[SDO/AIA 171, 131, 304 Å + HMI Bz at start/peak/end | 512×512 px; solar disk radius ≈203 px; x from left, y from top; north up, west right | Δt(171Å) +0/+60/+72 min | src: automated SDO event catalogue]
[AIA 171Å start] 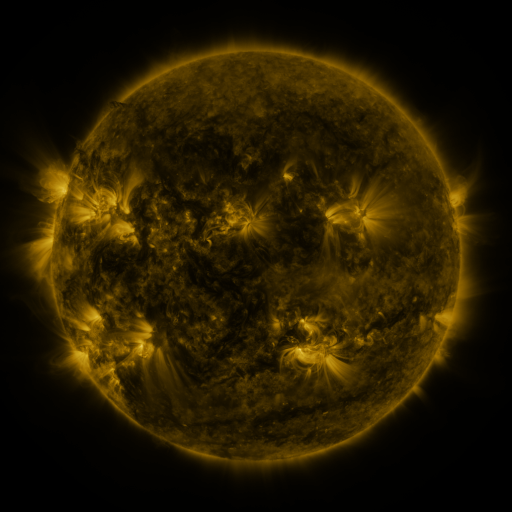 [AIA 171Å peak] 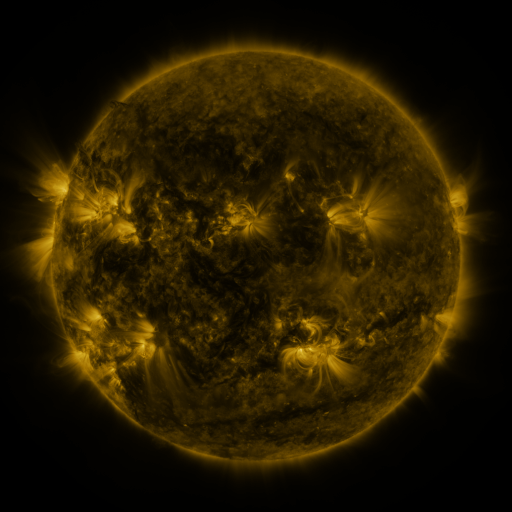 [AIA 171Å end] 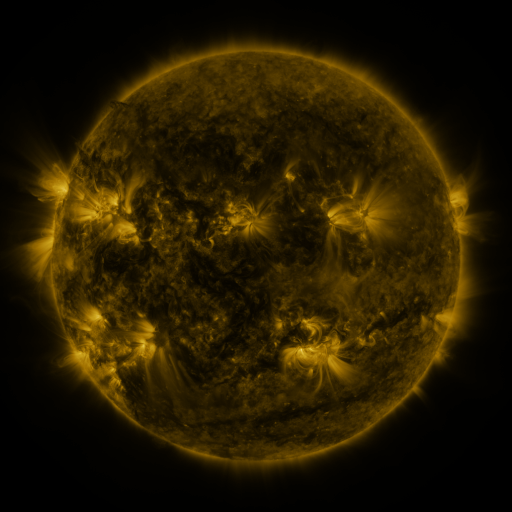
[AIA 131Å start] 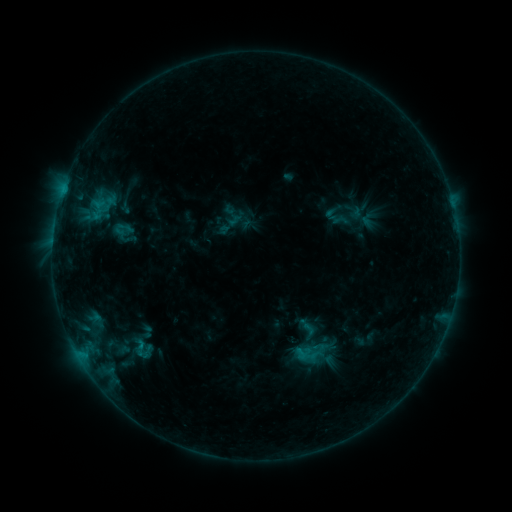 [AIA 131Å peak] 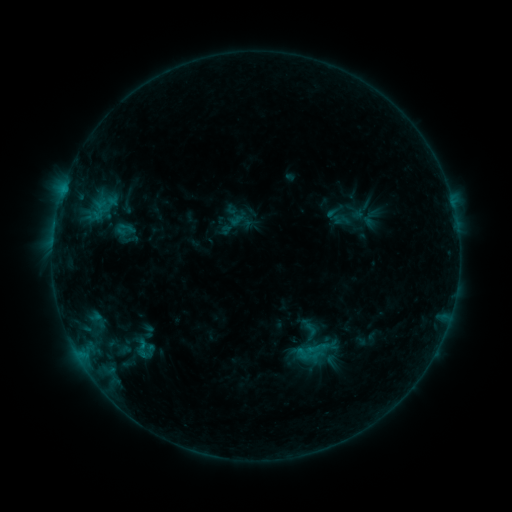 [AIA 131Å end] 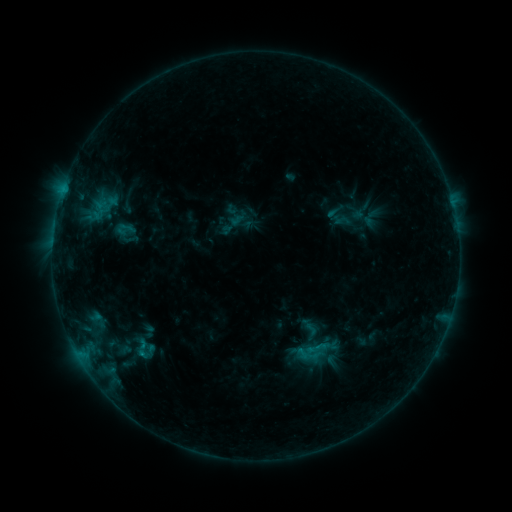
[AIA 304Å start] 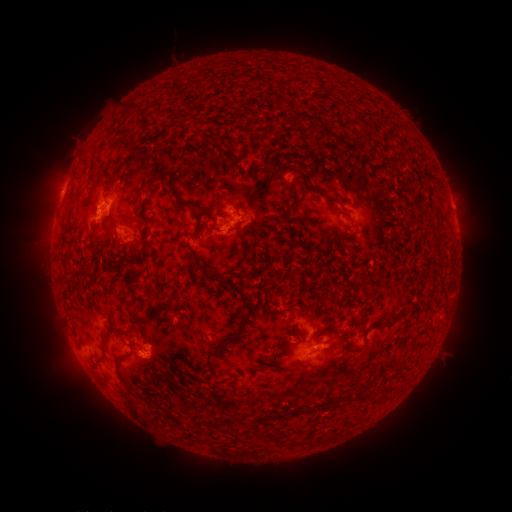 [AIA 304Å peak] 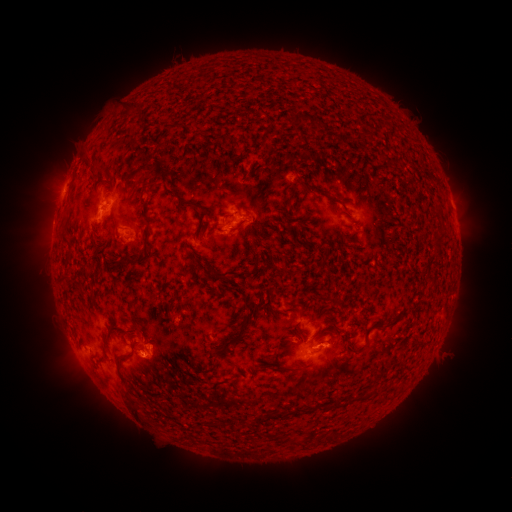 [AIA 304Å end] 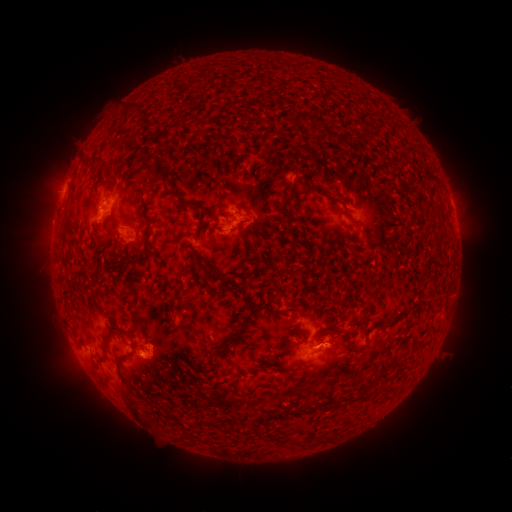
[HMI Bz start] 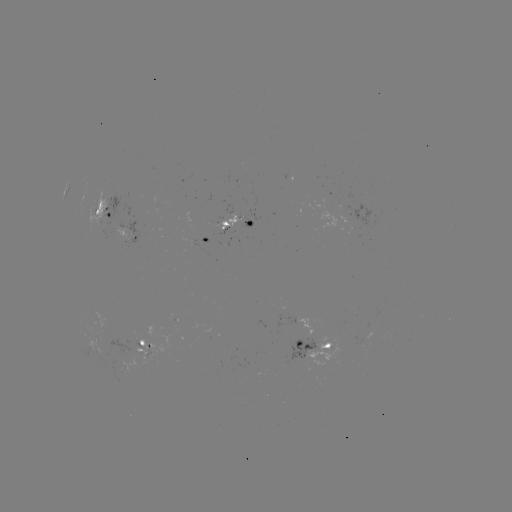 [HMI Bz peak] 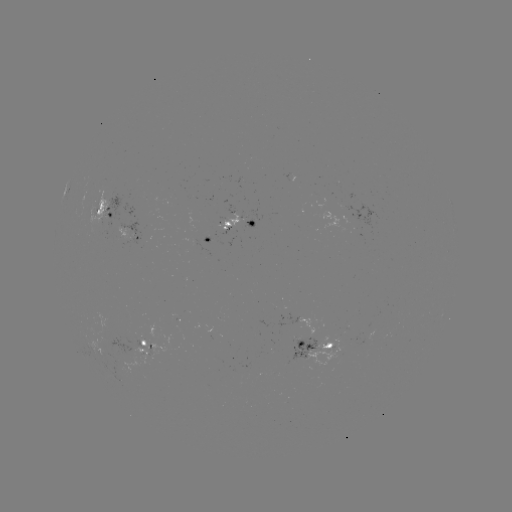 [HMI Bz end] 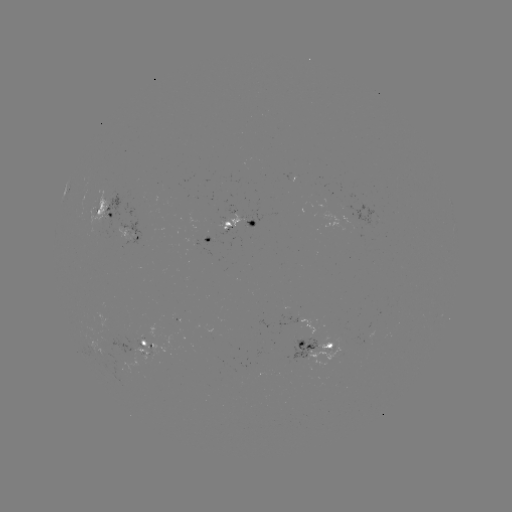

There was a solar emerging-flux region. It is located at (238, 220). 